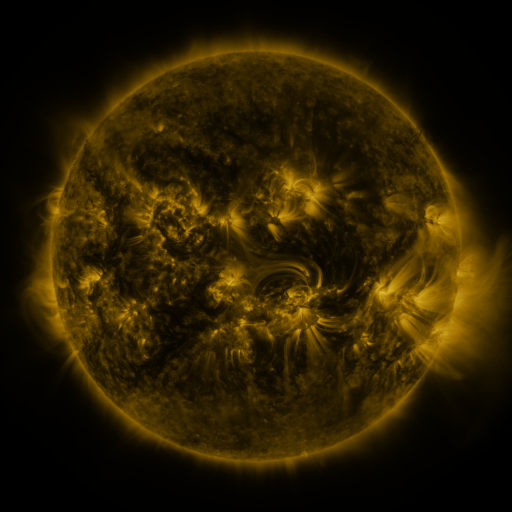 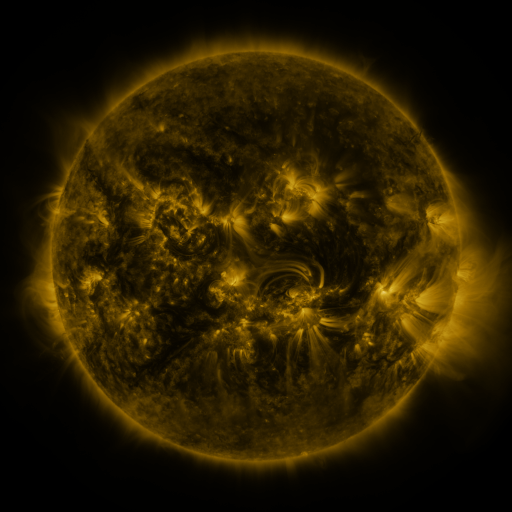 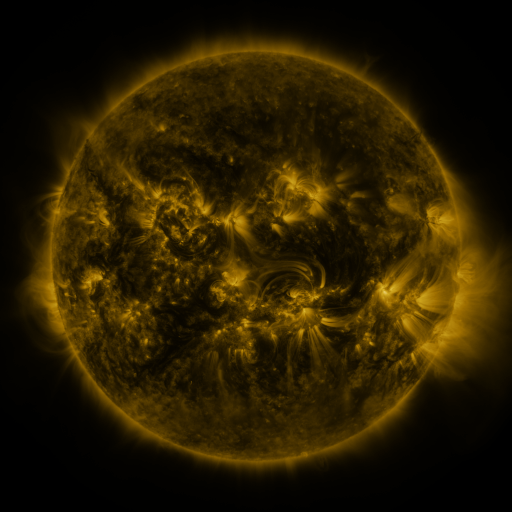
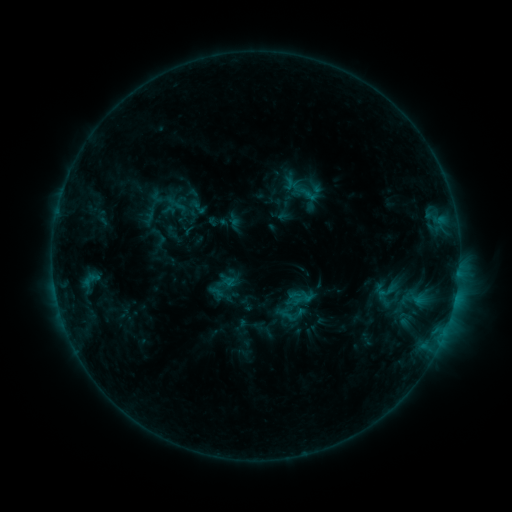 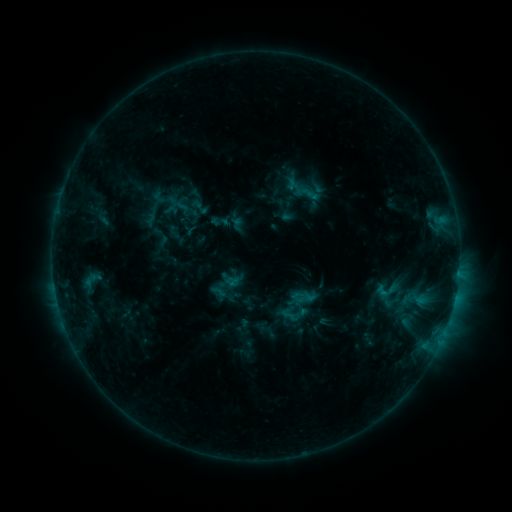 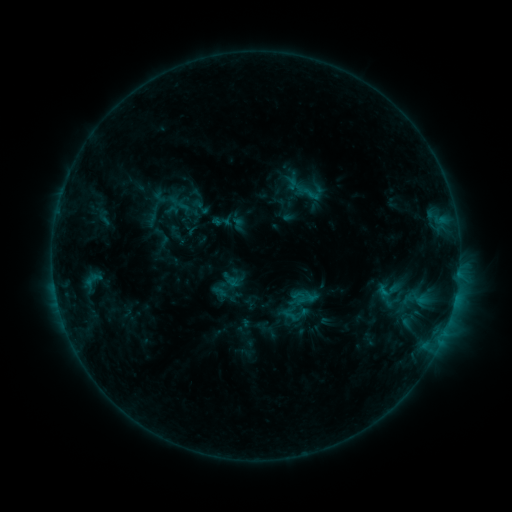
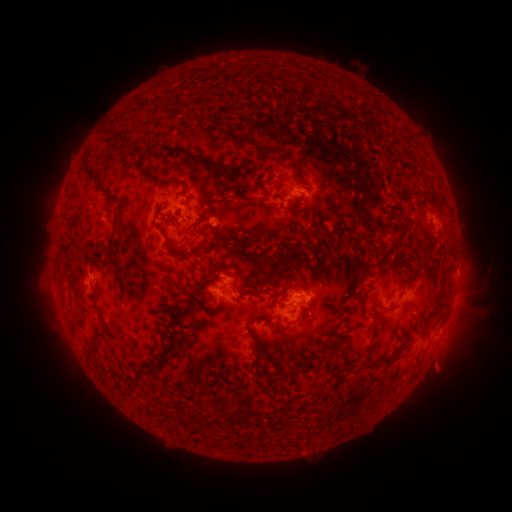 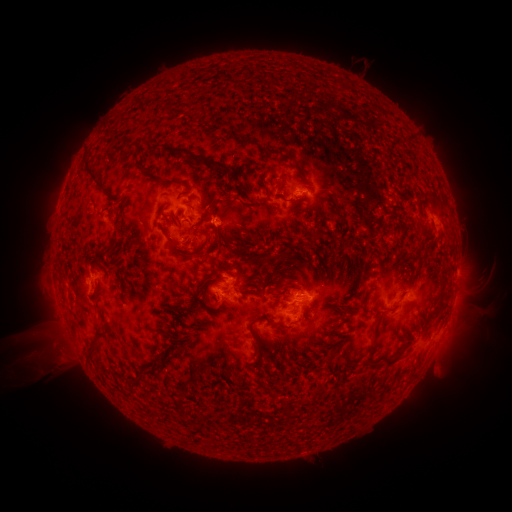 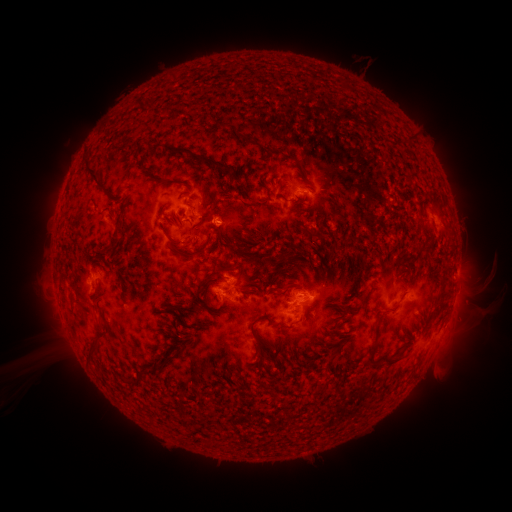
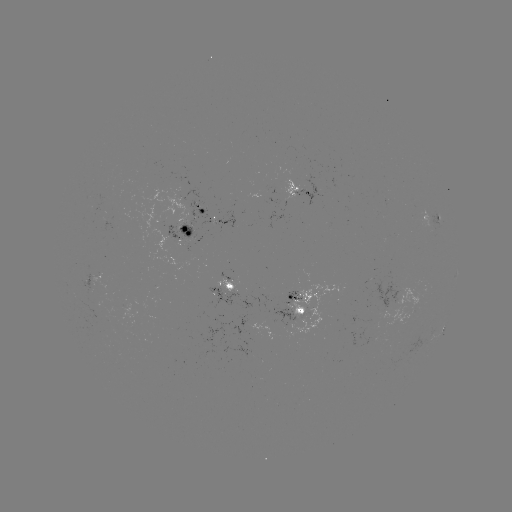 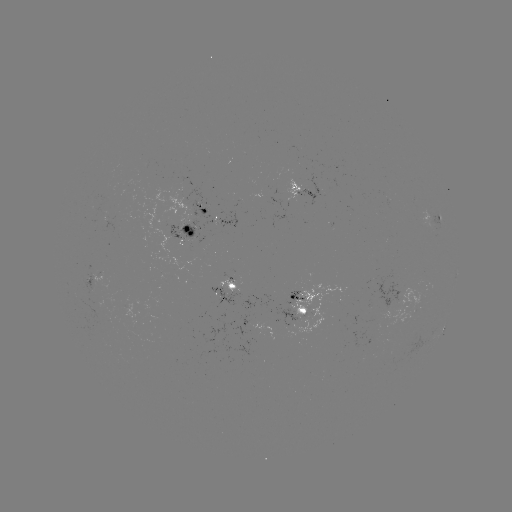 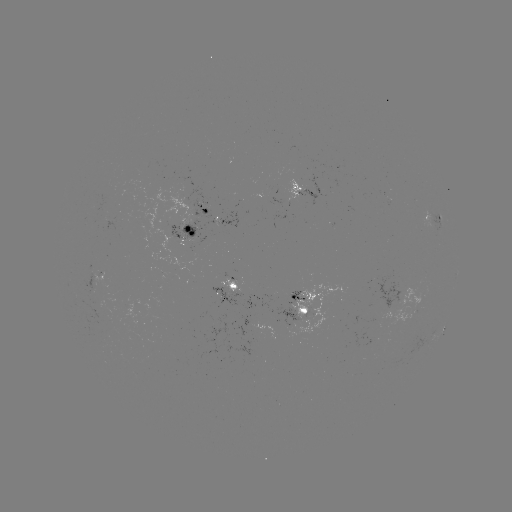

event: emerging-flux region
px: (204, 208)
